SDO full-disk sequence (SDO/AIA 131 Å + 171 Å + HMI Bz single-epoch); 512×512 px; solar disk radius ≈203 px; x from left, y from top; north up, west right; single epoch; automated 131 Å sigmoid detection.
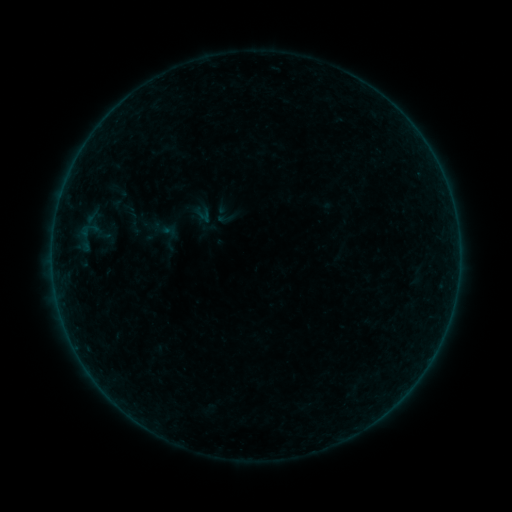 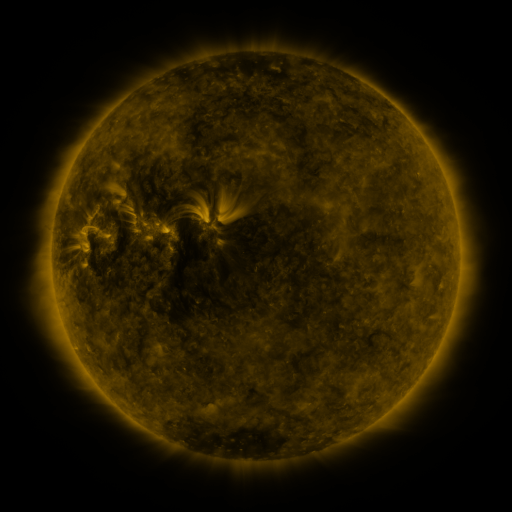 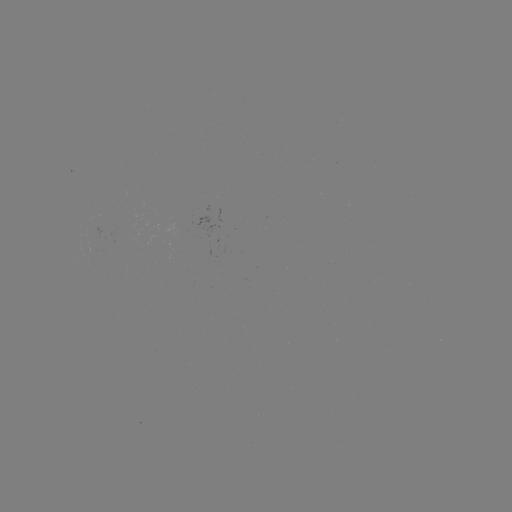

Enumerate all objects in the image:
sigmoid: <bbox>124, 210, 142, 228</bbox>
